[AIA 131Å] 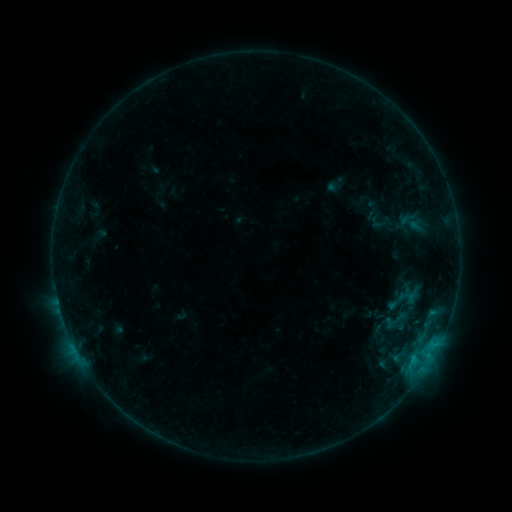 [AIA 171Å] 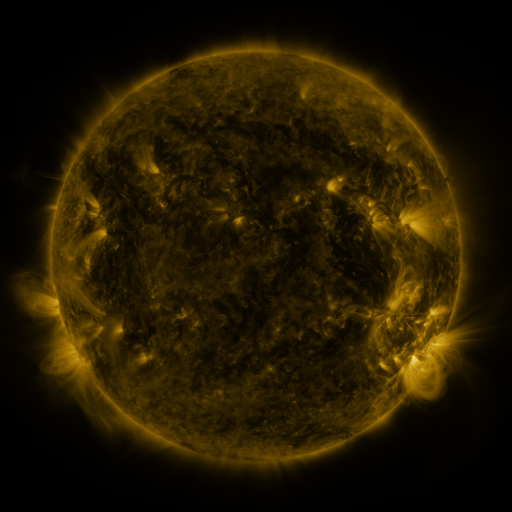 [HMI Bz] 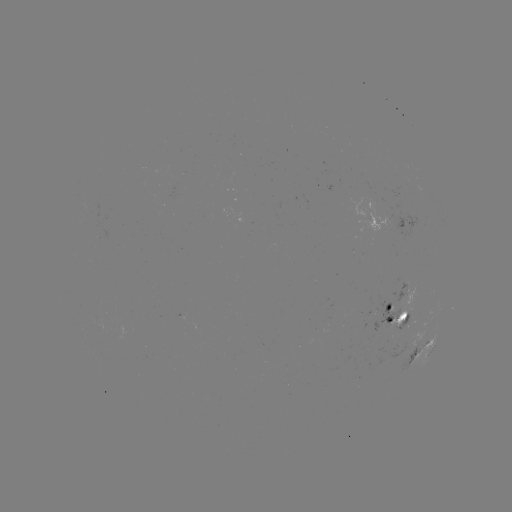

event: sigmoid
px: (395, 321)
